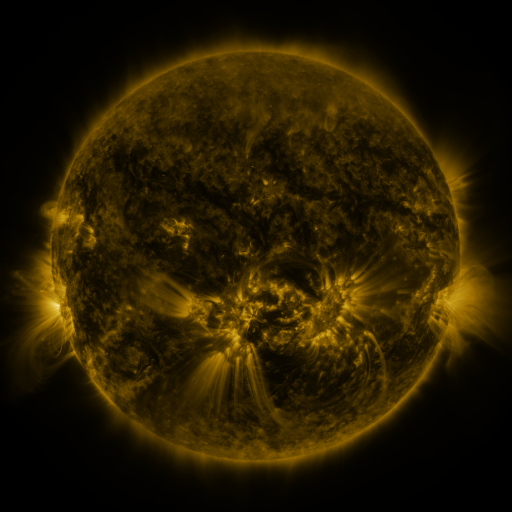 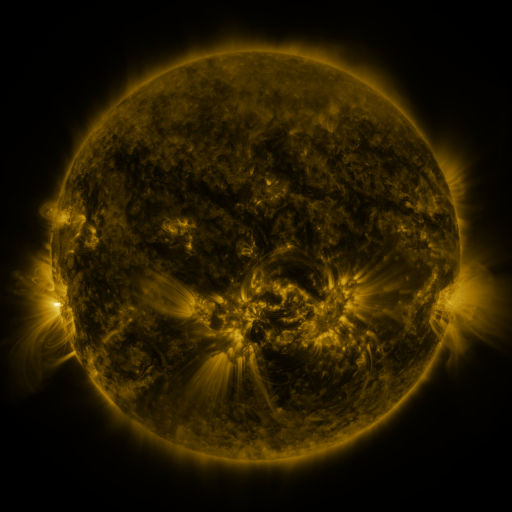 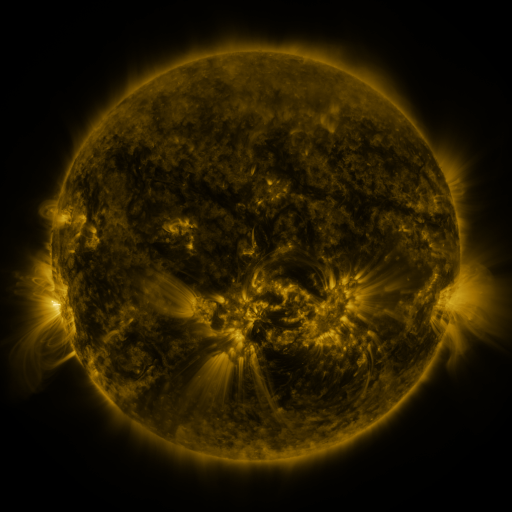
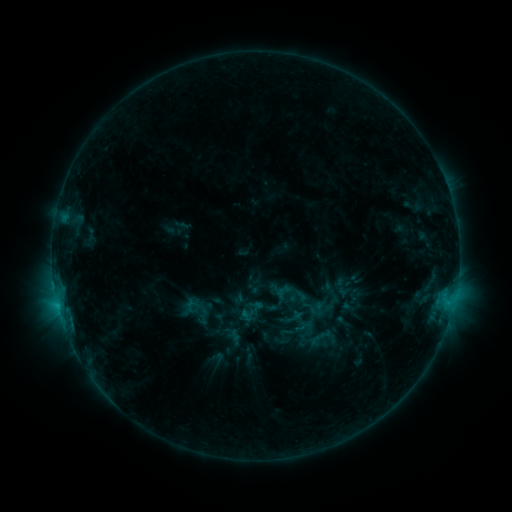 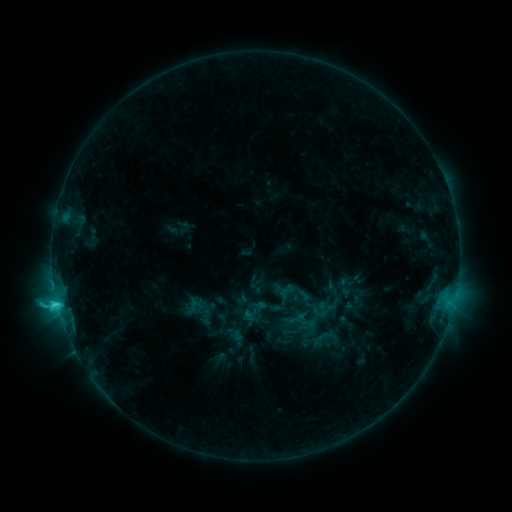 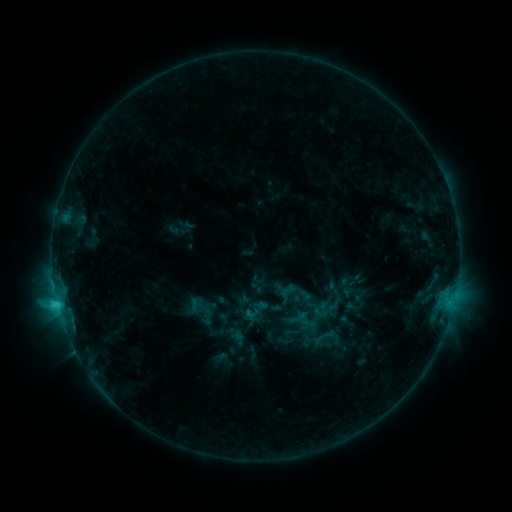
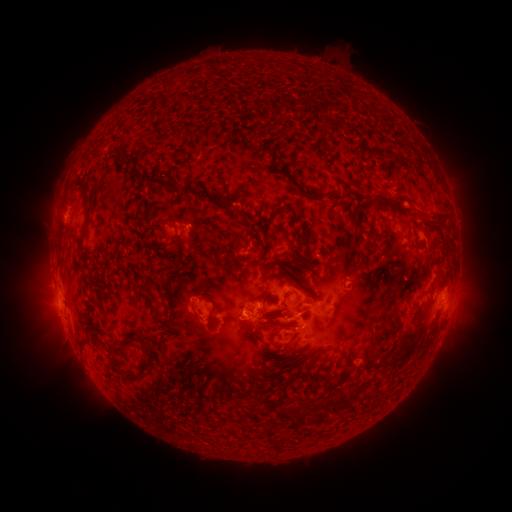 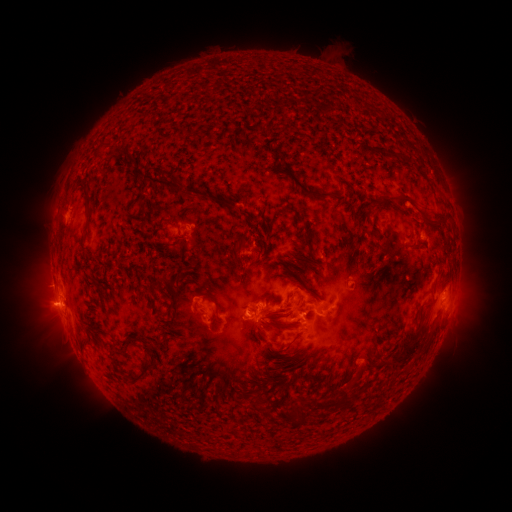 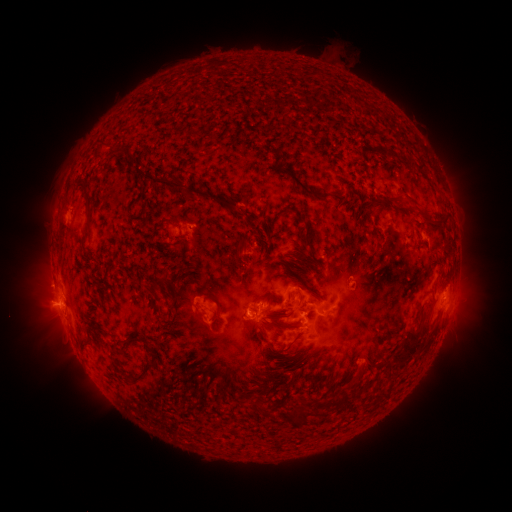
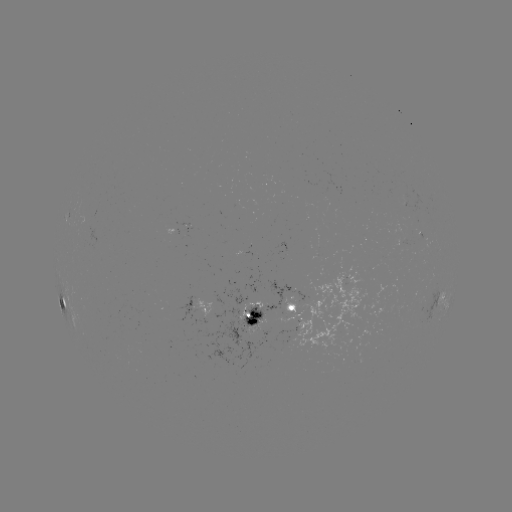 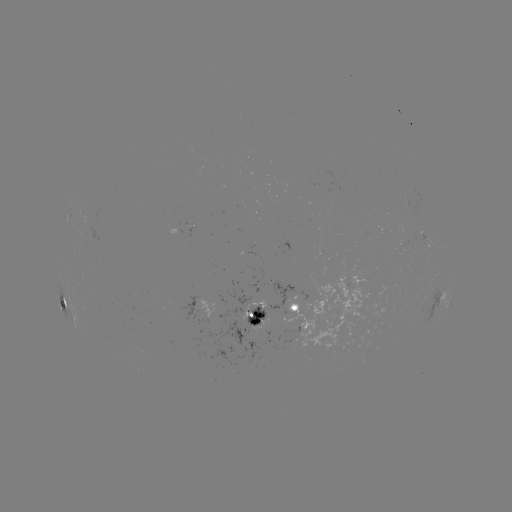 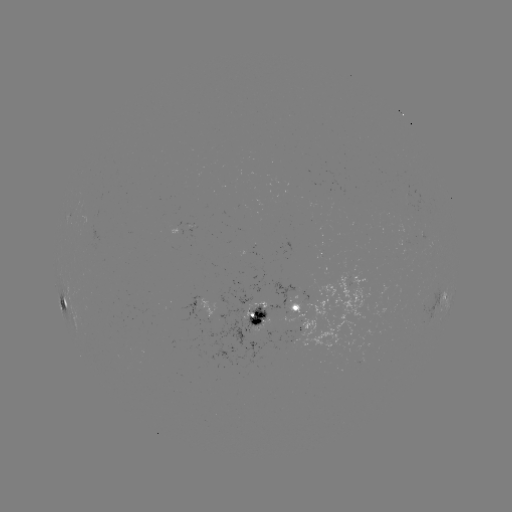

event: emerging-flux region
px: (285, 305)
